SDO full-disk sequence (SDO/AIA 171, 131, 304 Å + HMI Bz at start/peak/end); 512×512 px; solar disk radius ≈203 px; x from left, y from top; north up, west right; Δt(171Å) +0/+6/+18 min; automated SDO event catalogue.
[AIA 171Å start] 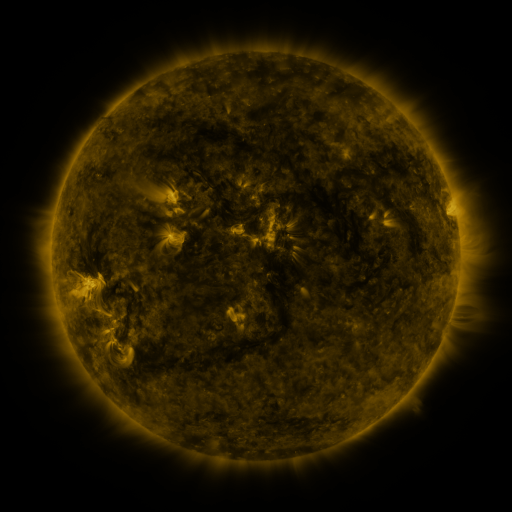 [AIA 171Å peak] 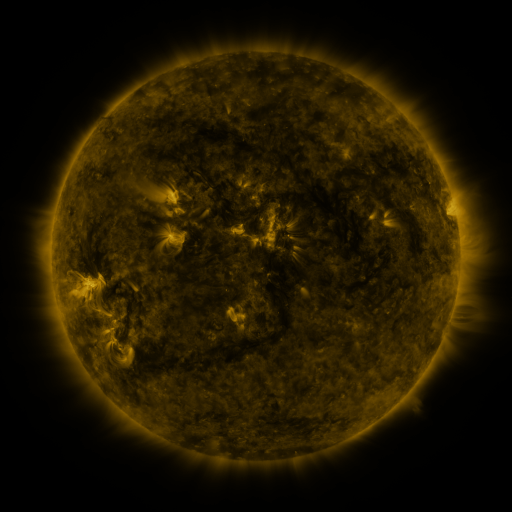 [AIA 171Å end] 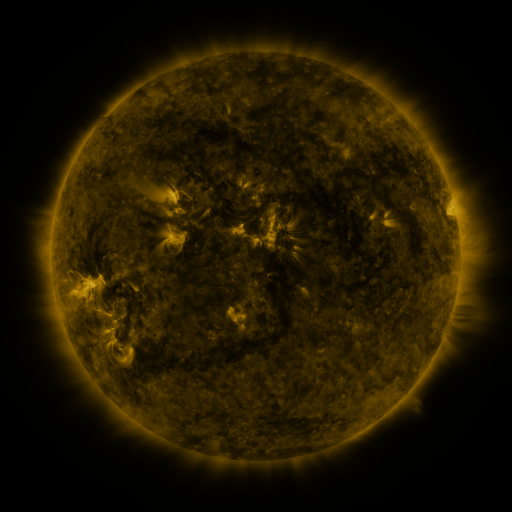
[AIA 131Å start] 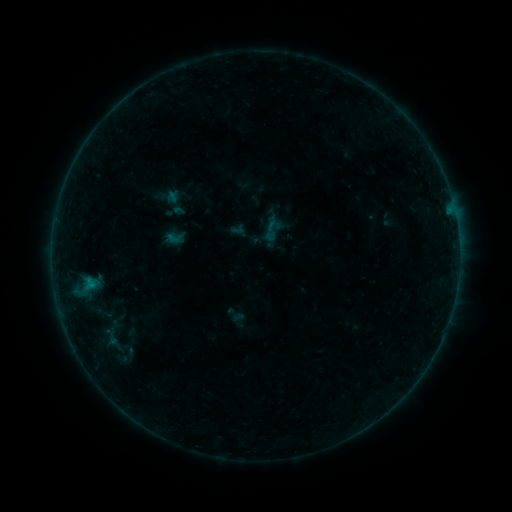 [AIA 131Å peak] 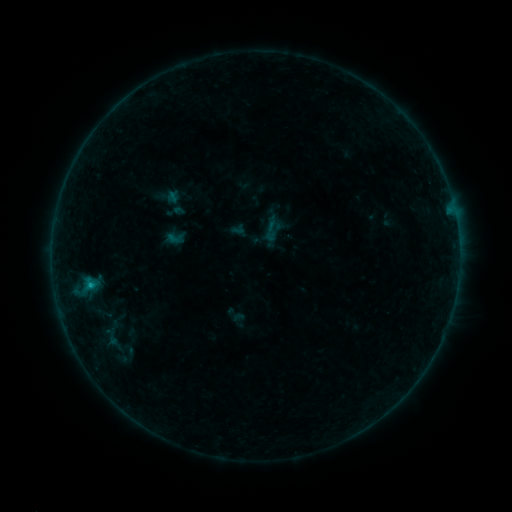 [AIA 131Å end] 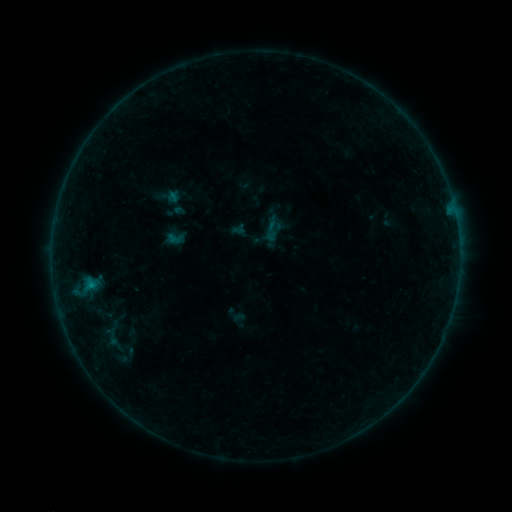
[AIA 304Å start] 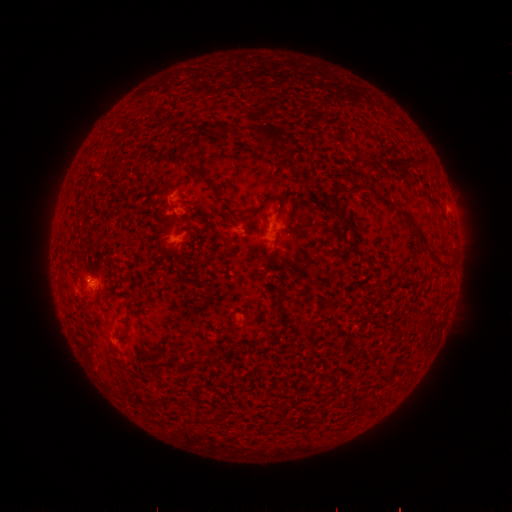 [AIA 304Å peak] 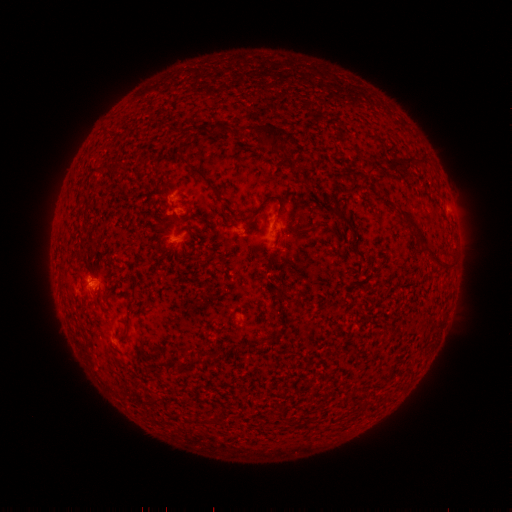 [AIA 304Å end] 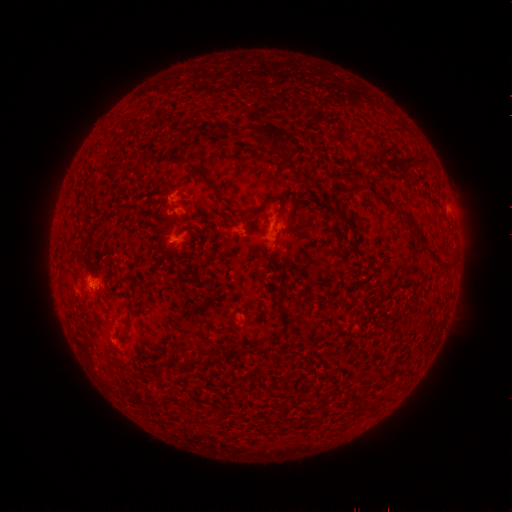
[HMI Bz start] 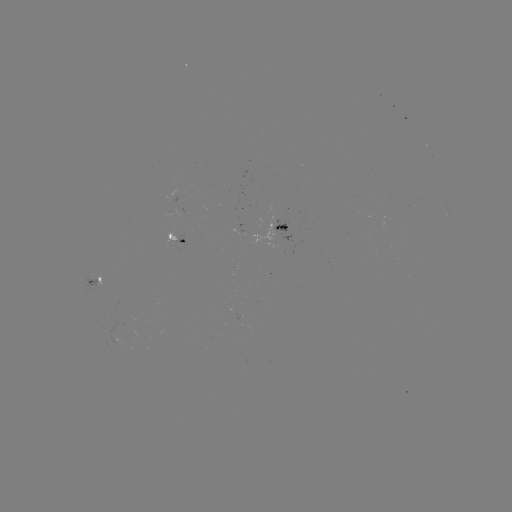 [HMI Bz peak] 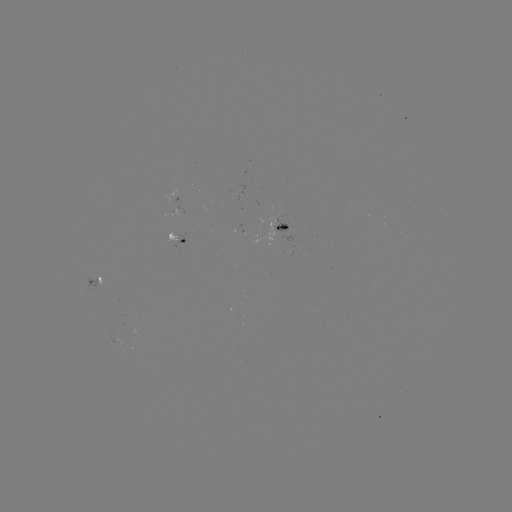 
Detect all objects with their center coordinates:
B3.5 flare: (92, 282)
